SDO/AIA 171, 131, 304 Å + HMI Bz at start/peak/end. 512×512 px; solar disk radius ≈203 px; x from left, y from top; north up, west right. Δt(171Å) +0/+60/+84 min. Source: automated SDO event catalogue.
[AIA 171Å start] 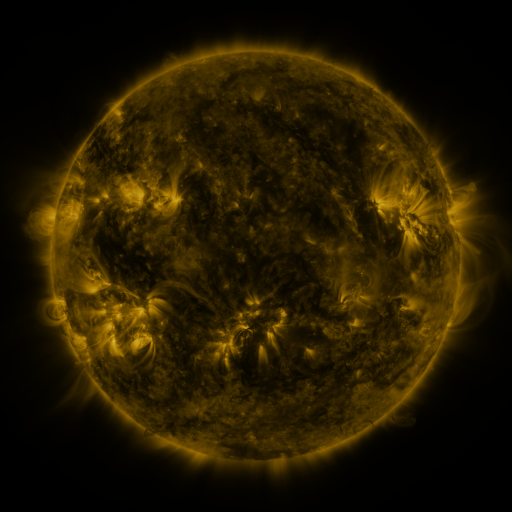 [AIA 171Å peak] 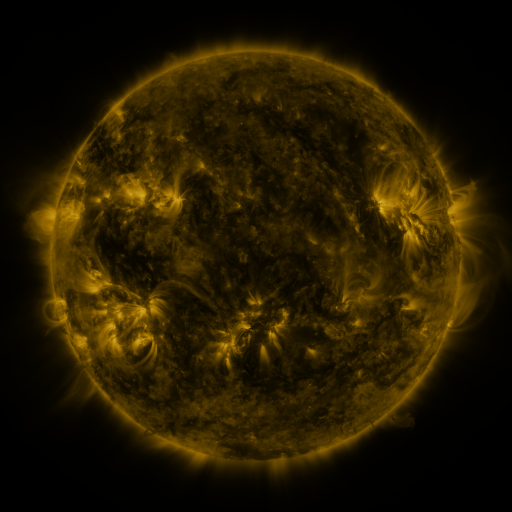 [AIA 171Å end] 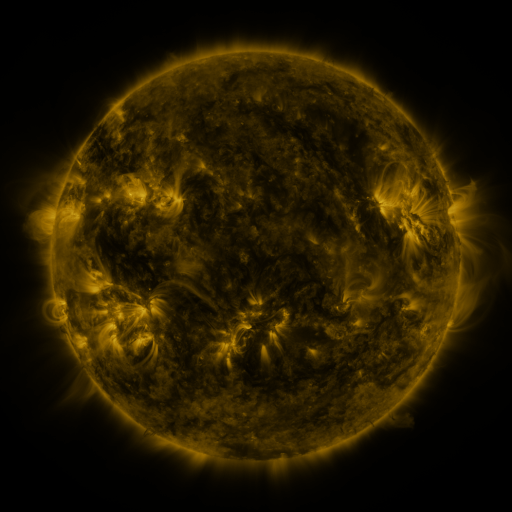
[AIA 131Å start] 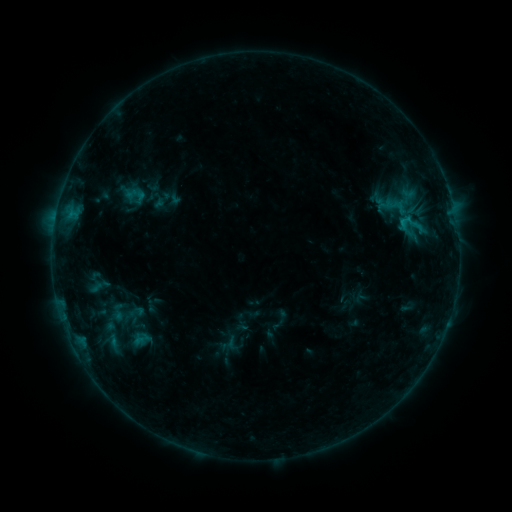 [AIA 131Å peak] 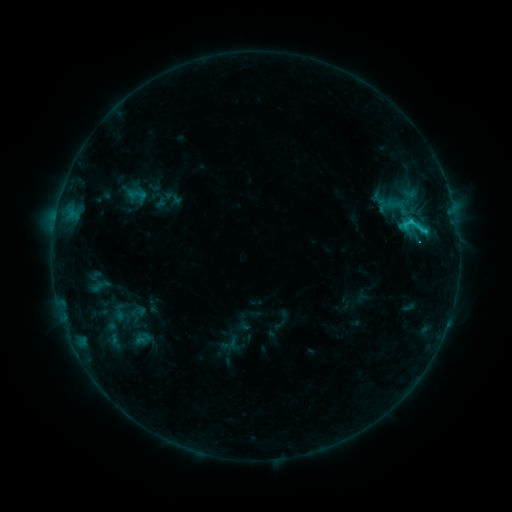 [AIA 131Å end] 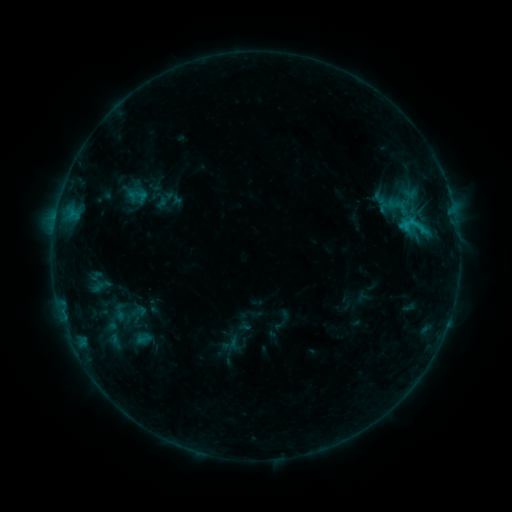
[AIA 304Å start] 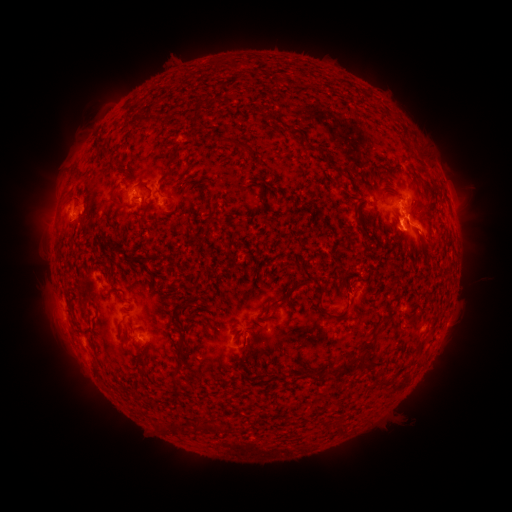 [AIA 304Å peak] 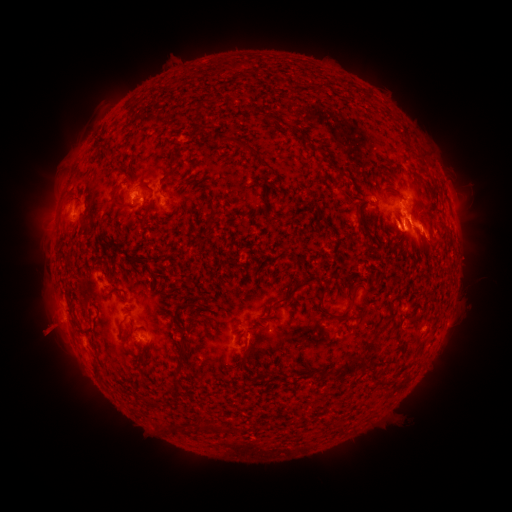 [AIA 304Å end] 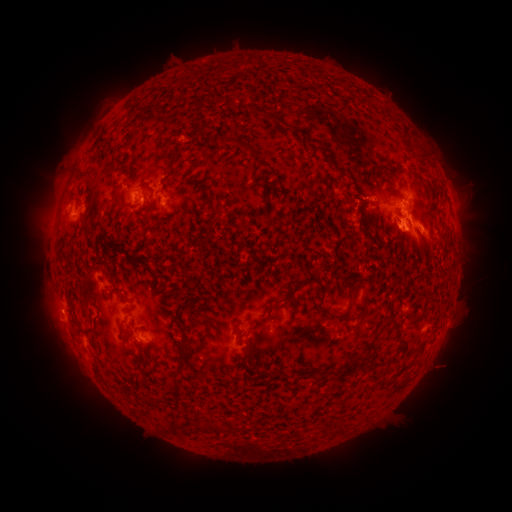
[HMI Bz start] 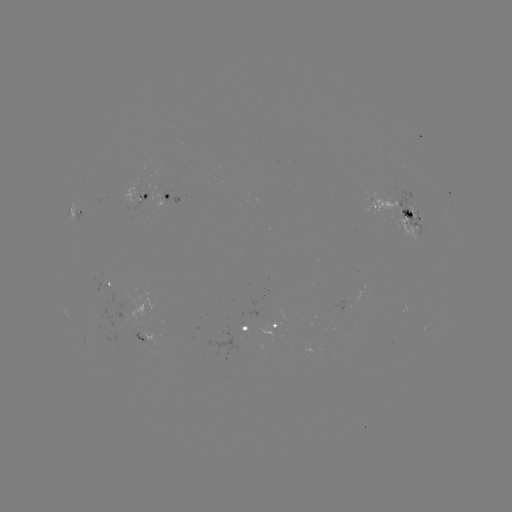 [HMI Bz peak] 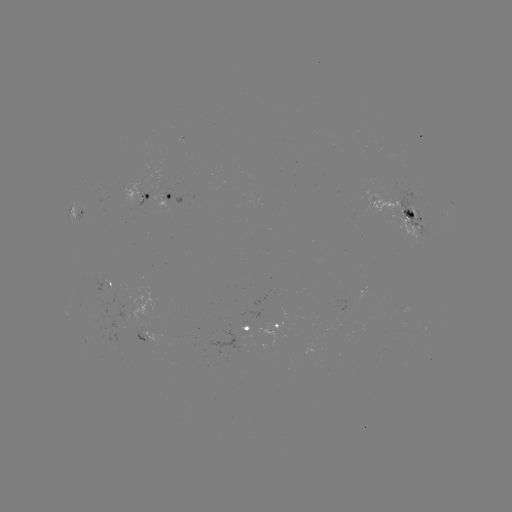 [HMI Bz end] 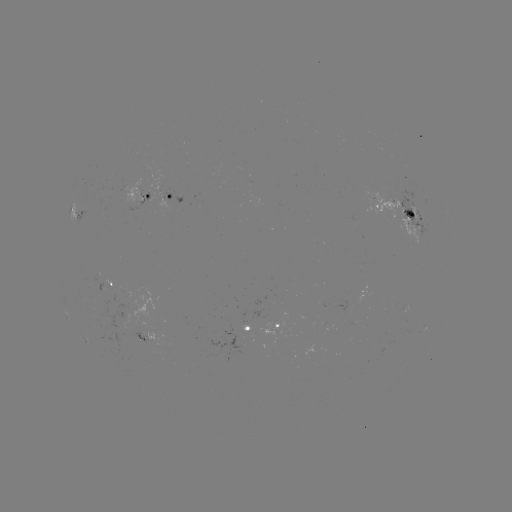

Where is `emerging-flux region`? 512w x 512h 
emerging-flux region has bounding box [359, 187, 407, 218].